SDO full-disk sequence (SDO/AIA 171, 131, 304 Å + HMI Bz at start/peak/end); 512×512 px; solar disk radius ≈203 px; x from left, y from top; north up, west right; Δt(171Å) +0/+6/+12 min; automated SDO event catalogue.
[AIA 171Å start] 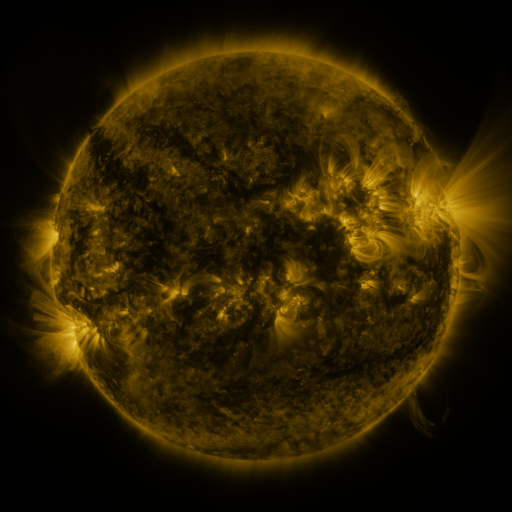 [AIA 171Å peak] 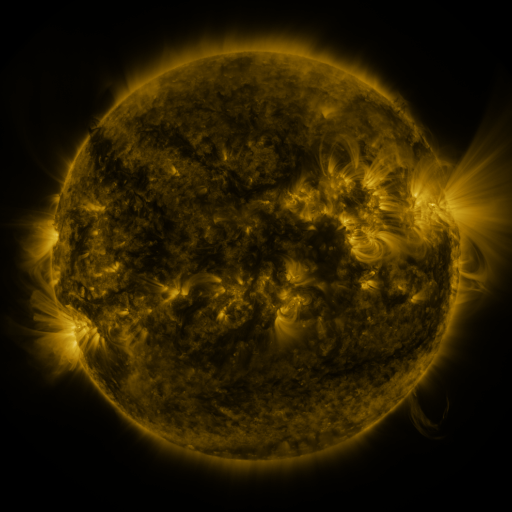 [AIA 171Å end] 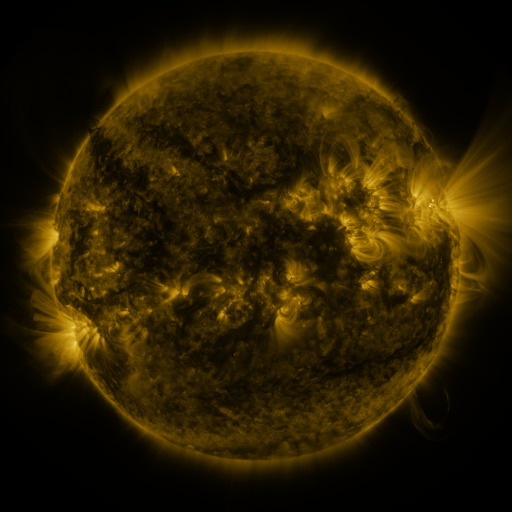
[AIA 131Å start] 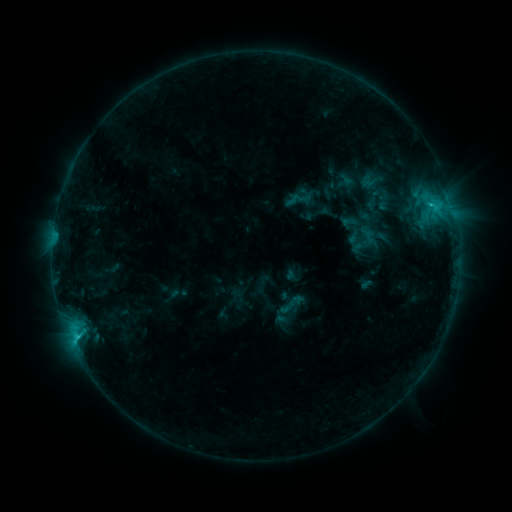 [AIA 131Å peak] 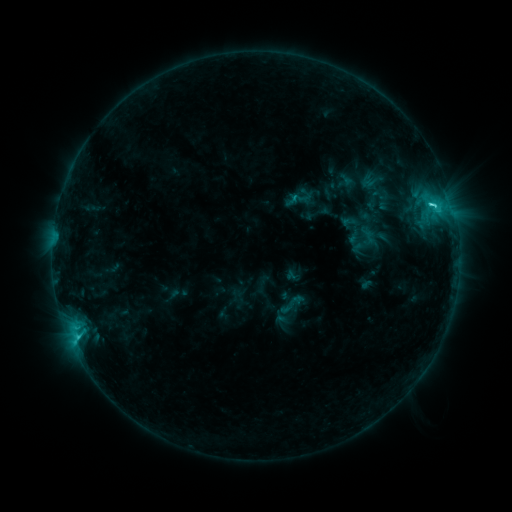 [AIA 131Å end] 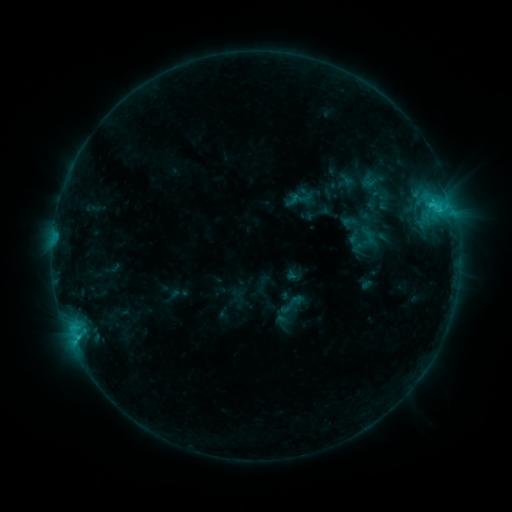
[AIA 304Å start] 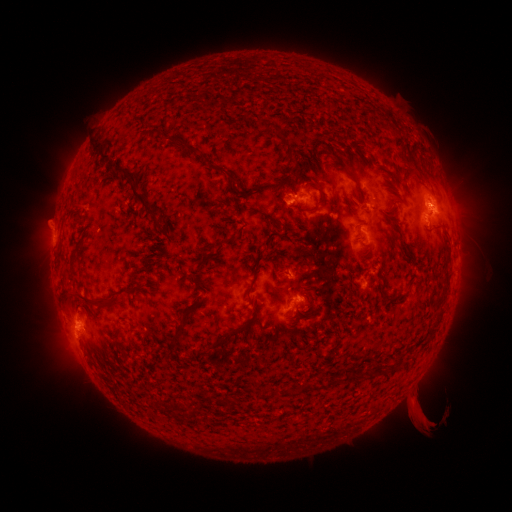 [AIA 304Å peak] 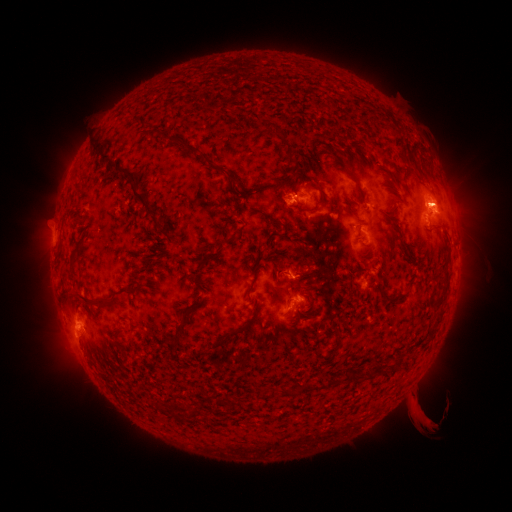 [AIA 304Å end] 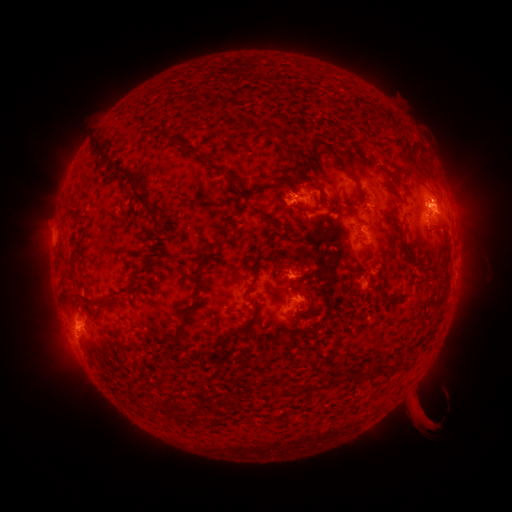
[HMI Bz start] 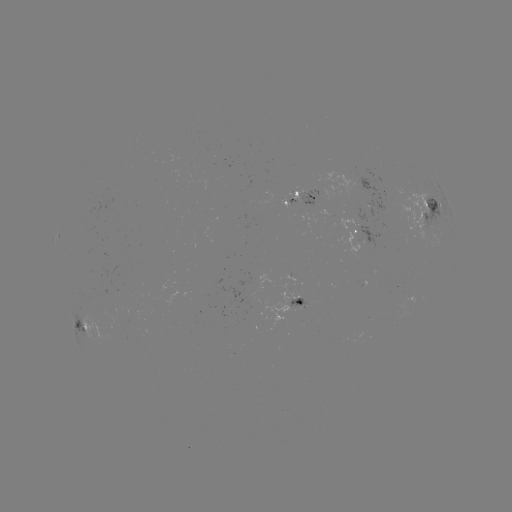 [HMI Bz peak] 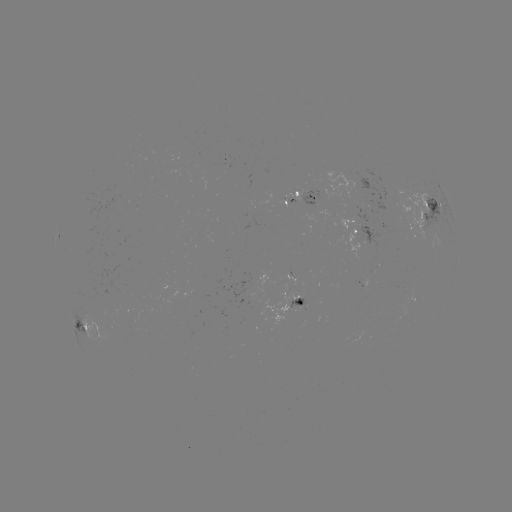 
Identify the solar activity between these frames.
C2.9 flare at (430, 207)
